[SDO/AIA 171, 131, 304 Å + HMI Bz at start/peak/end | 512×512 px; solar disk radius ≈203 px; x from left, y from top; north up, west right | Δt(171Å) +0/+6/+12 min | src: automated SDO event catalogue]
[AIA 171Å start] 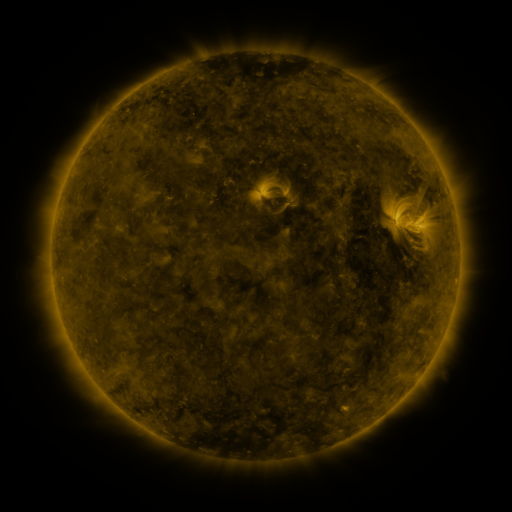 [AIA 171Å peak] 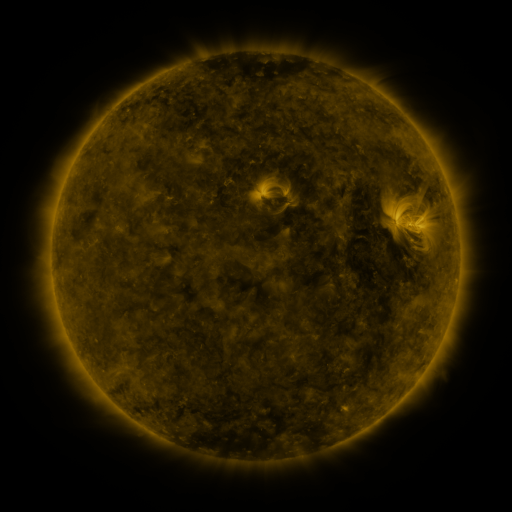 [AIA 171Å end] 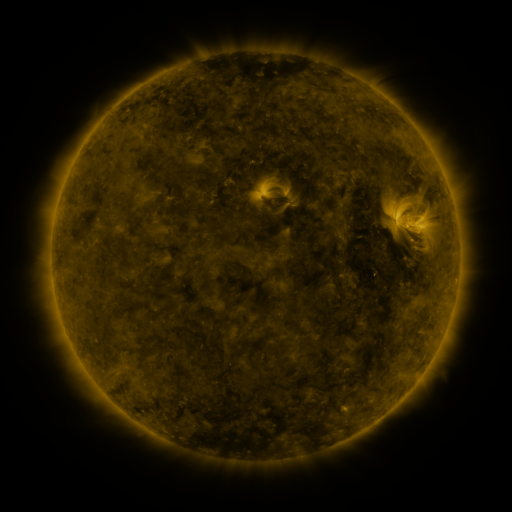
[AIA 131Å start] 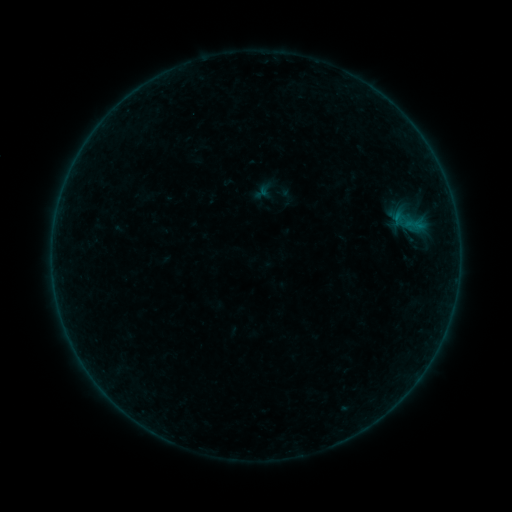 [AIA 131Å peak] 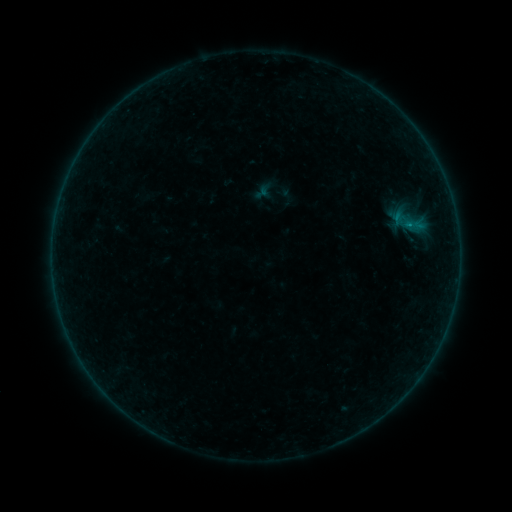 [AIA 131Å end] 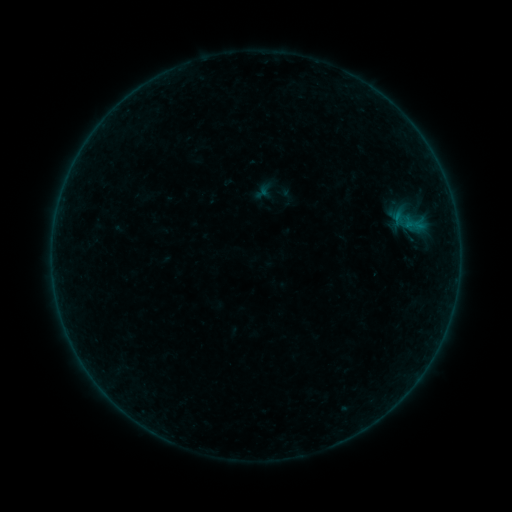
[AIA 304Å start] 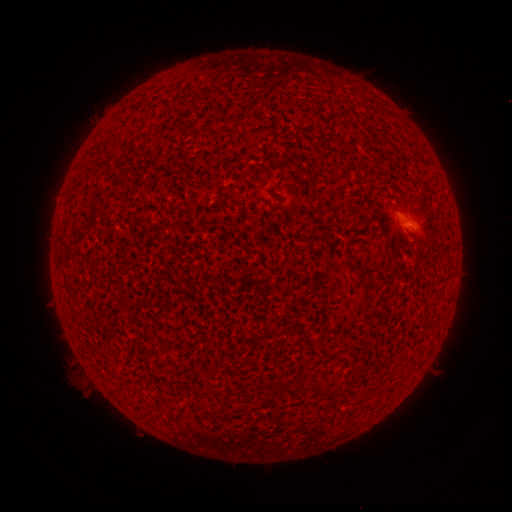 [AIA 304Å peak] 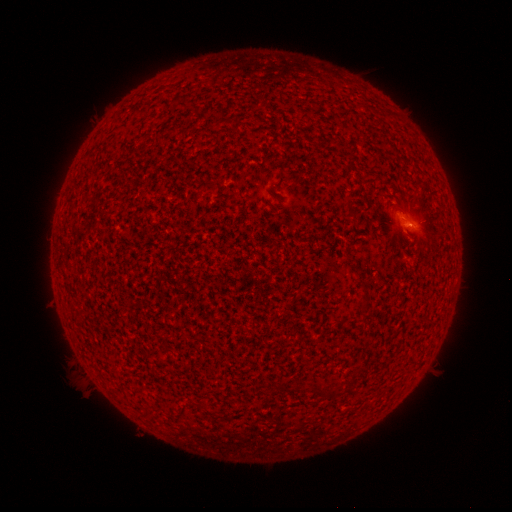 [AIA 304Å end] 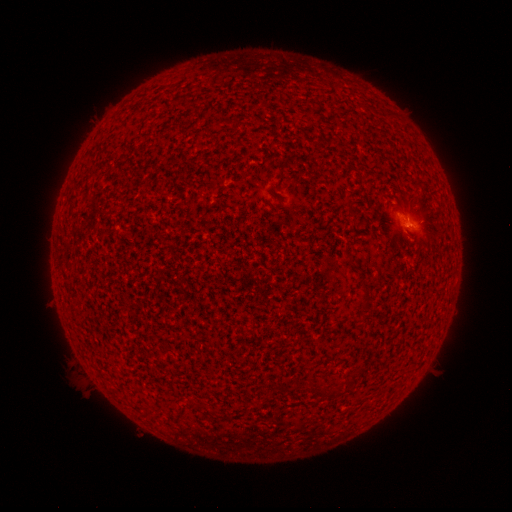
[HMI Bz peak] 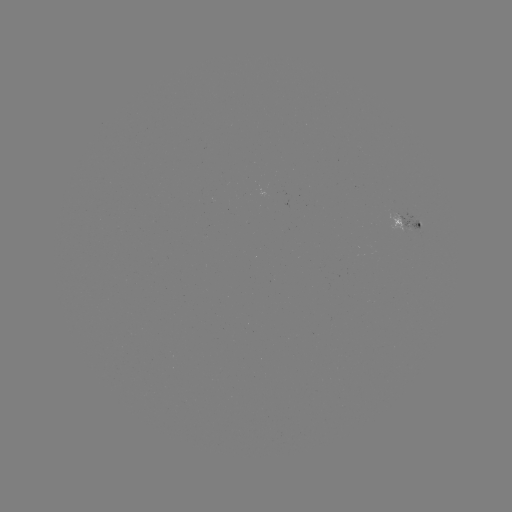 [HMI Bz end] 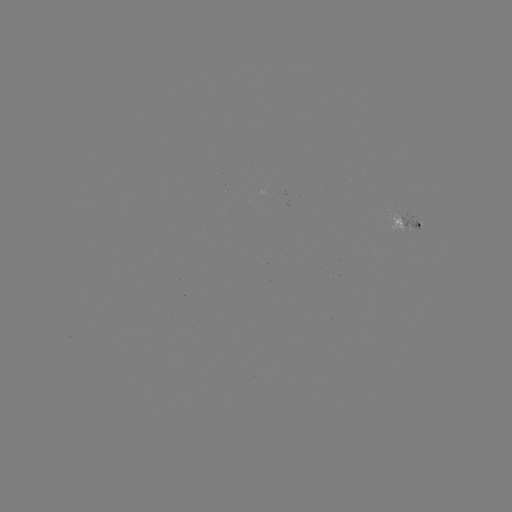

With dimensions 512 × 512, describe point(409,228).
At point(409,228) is B1.1 flare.